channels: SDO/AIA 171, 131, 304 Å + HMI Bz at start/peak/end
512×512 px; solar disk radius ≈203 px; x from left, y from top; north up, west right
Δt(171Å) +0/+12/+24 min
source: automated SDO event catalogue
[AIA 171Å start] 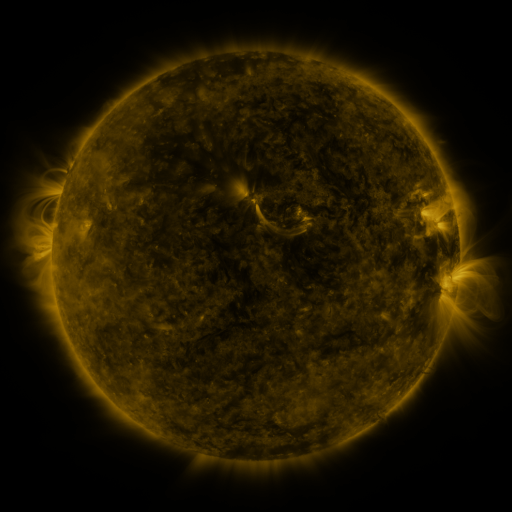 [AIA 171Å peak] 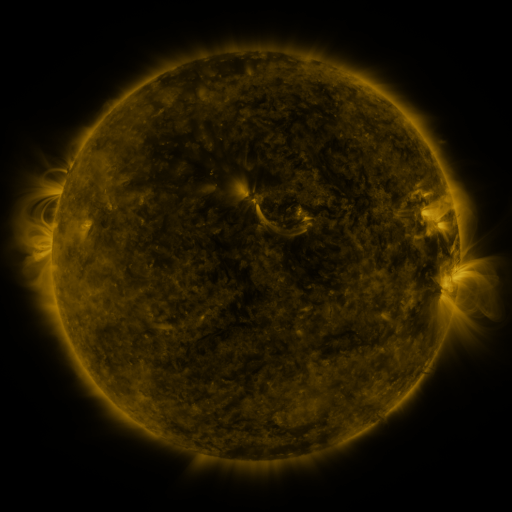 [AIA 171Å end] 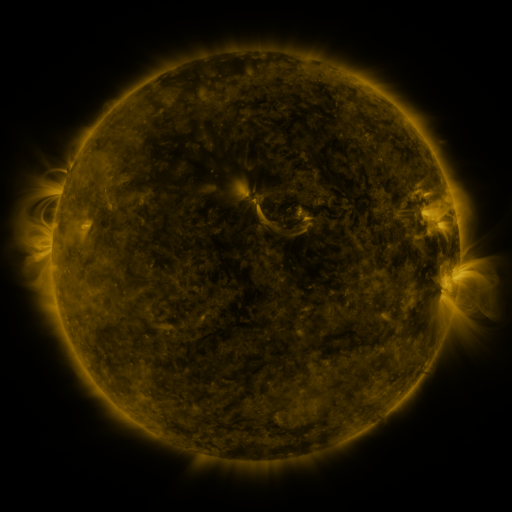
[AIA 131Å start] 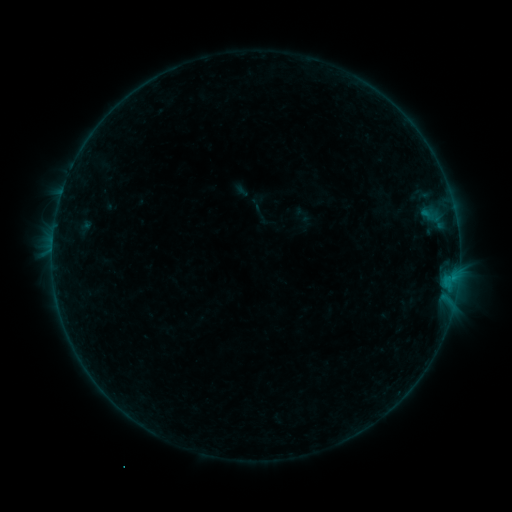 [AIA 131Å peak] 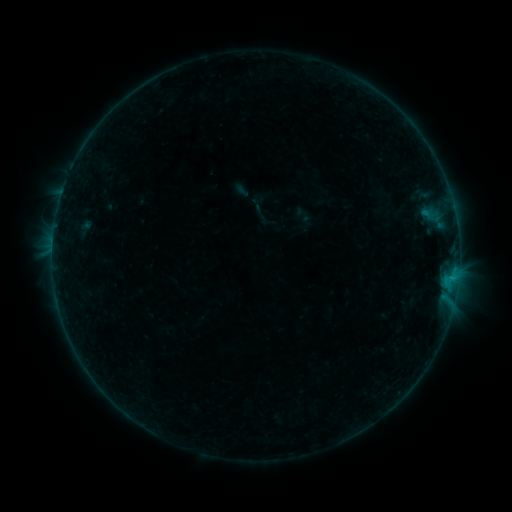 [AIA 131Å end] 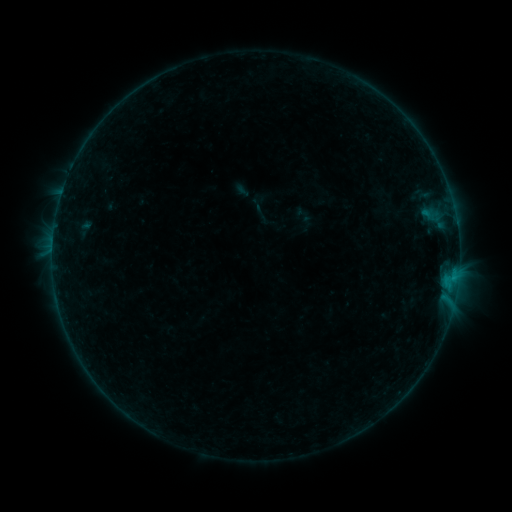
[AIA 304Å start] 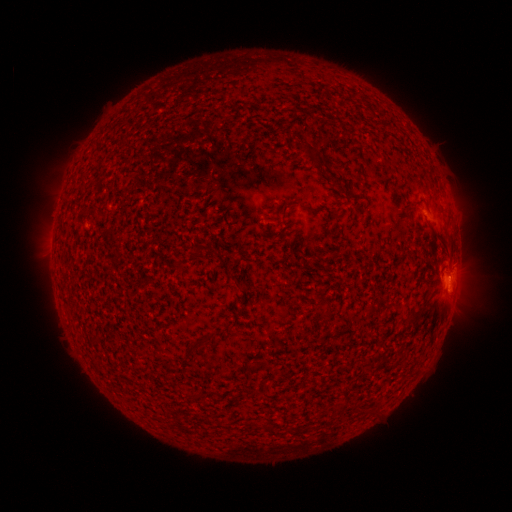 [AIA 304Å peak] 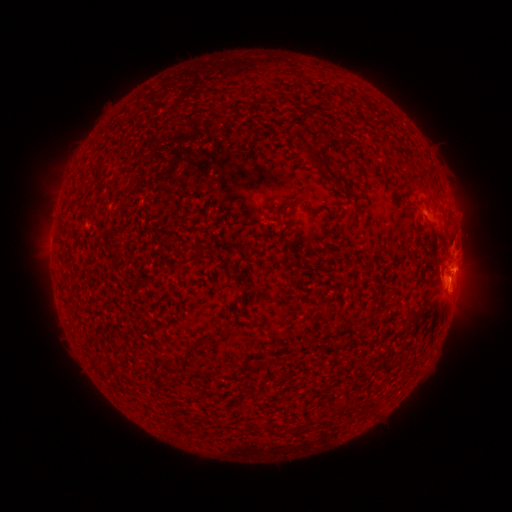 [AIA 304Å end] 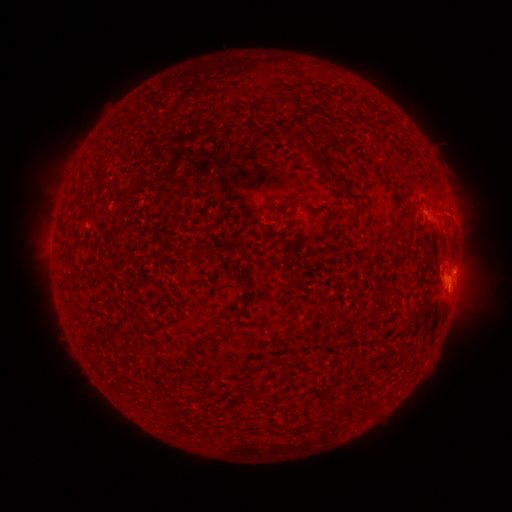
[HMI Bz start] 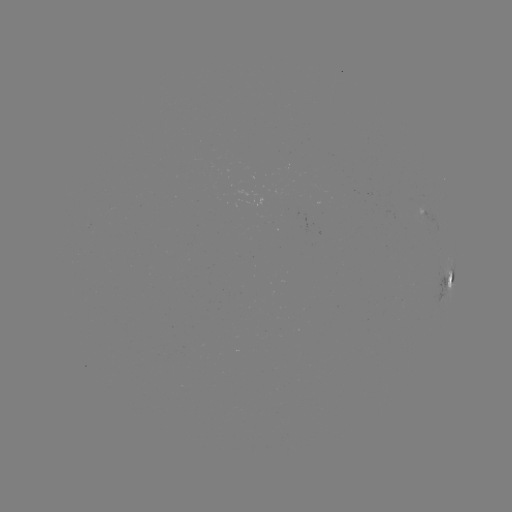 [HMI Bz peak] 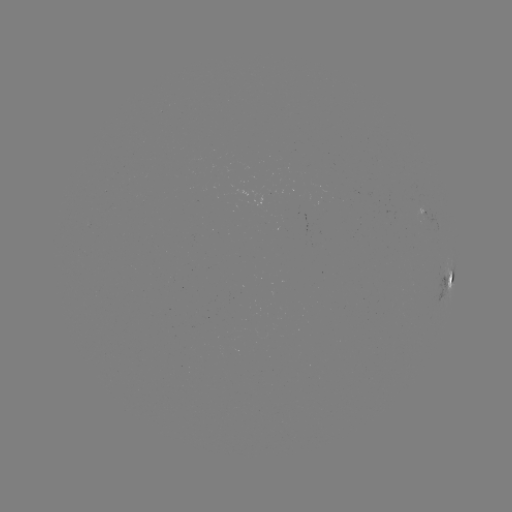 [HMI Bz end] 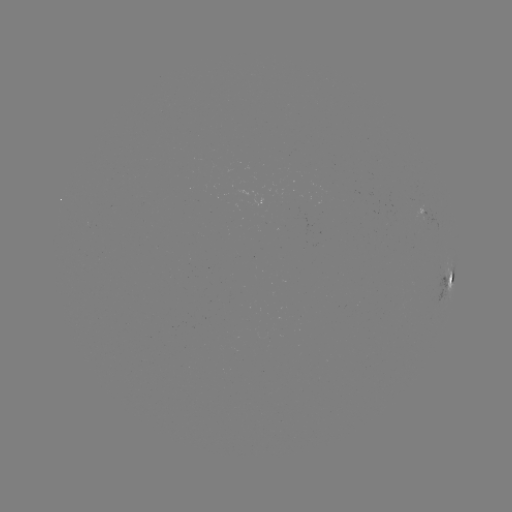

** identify eruption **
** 456,245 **